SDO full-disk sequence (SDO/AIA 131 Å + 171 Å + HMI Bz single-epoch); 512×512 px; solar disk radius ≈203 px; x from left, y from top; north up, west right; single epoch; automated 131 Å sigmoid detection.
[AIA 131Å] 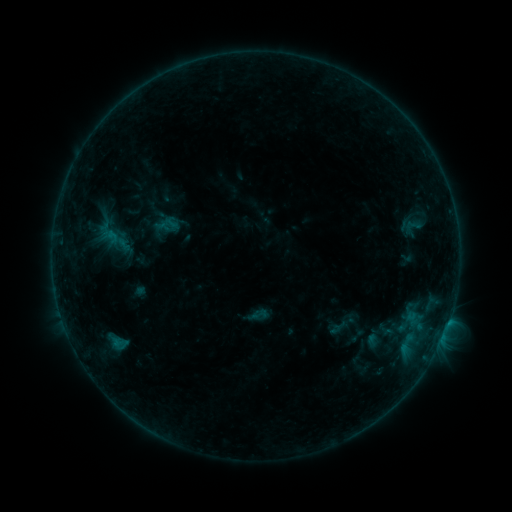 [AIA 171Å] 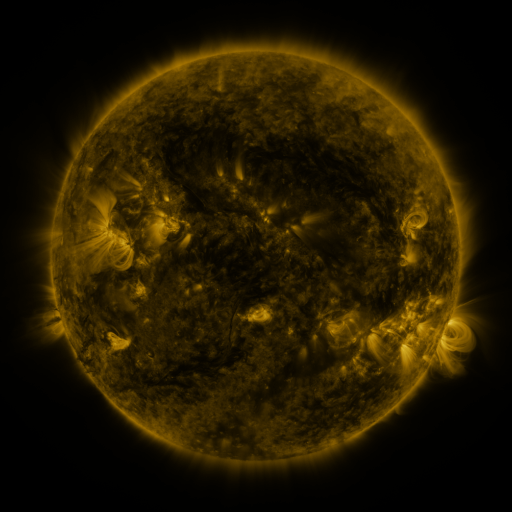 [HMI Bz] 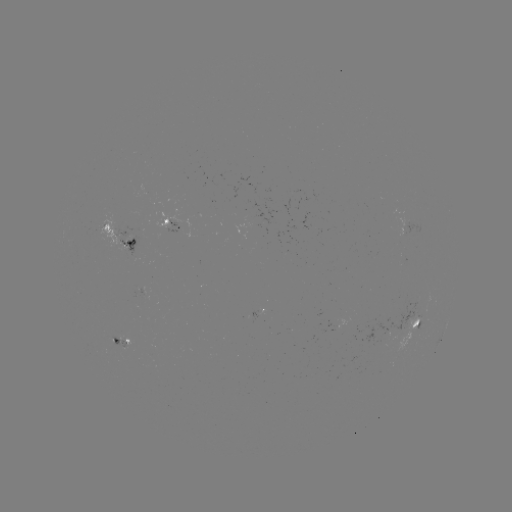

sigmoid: <bbox>401, 217, 424, 234</bbox>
